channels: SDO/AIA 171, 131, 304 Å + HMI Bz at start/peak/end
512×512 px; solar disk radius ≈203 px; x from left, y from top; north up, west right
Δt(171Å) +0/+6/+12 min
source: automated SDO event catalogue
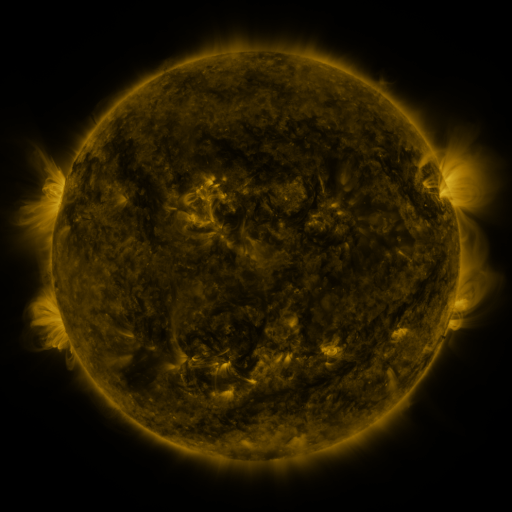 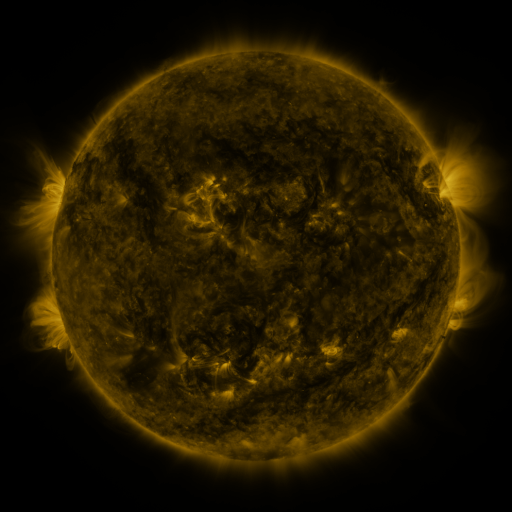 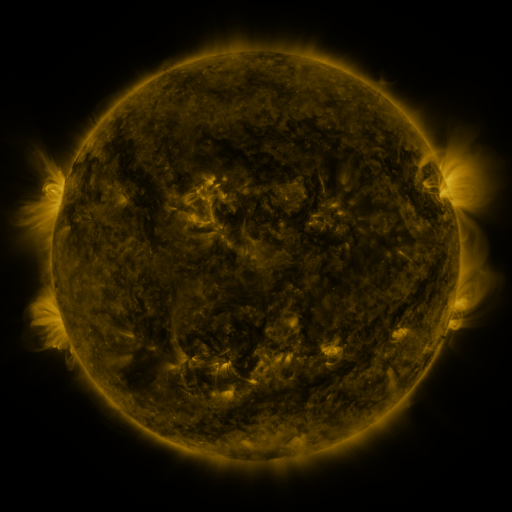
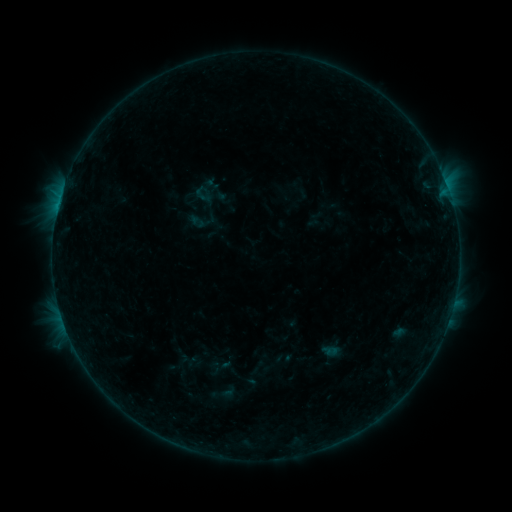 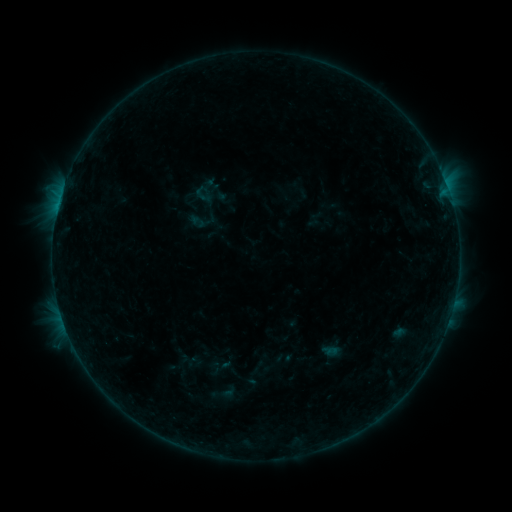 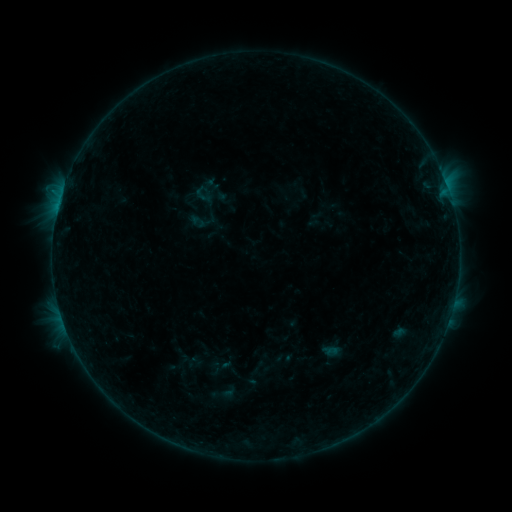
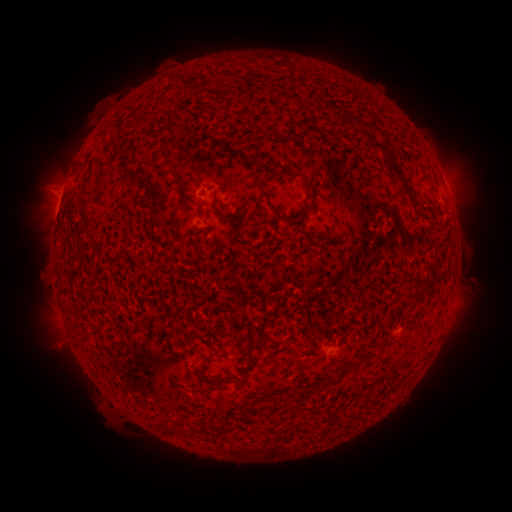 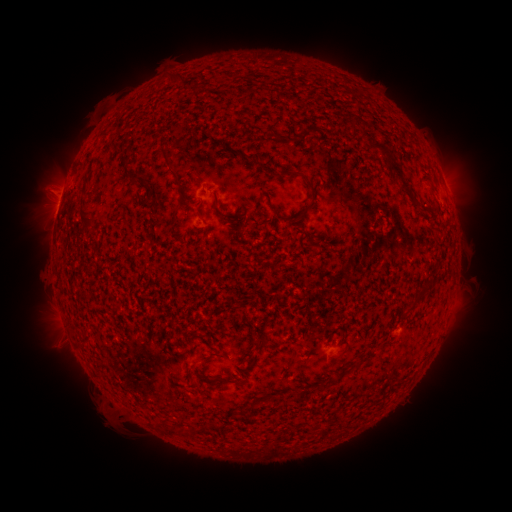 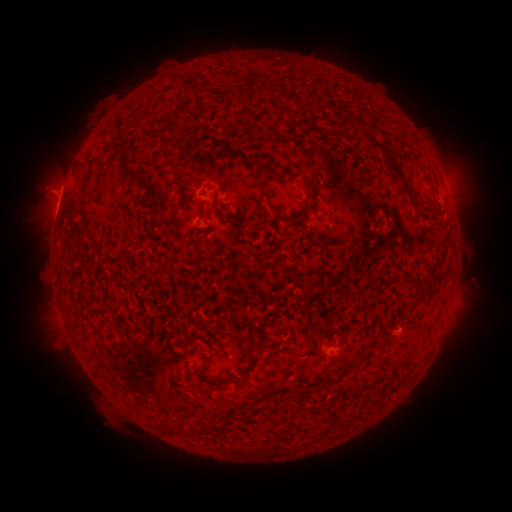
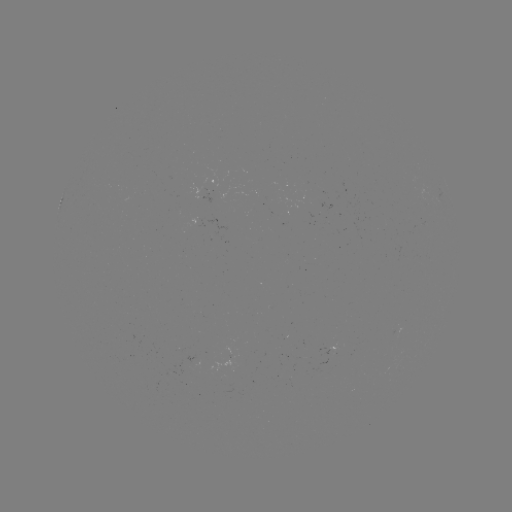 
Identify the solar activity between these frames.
no catalogued flare and no flagged EUV brightening in this window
